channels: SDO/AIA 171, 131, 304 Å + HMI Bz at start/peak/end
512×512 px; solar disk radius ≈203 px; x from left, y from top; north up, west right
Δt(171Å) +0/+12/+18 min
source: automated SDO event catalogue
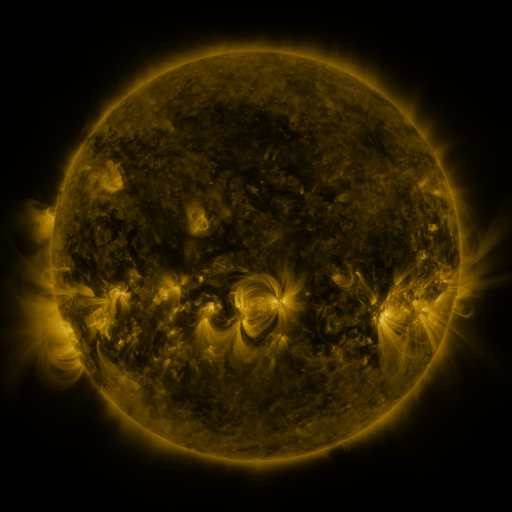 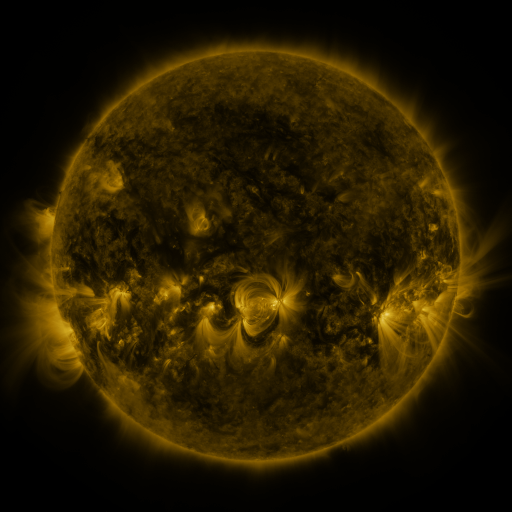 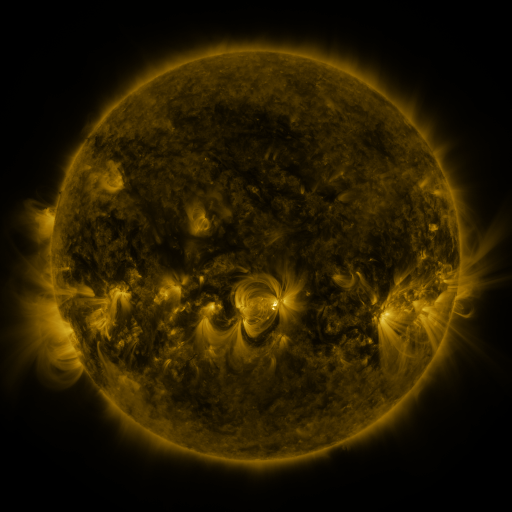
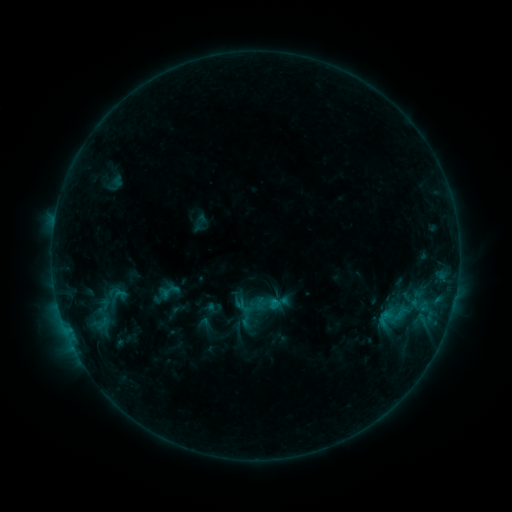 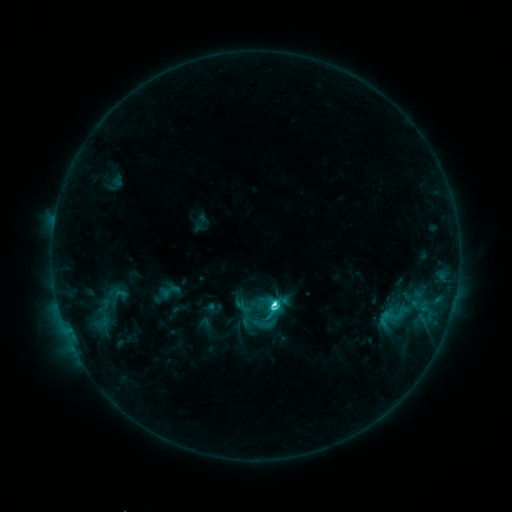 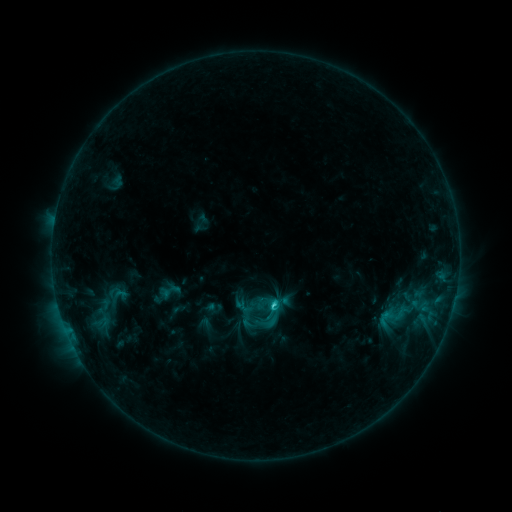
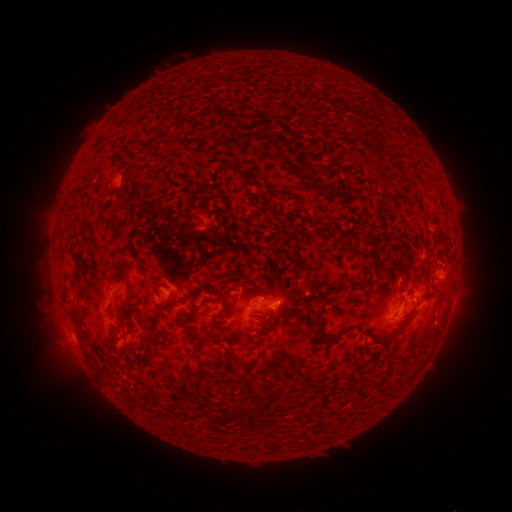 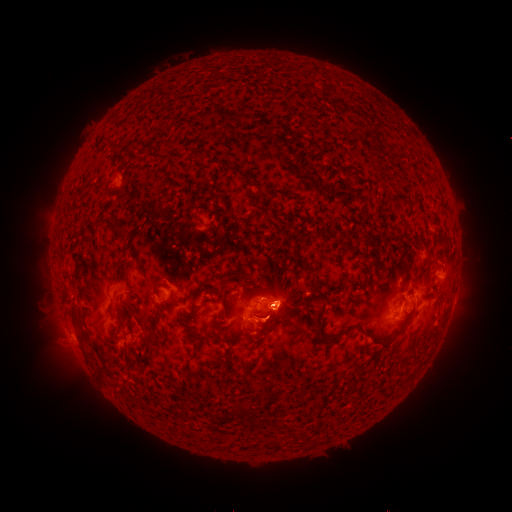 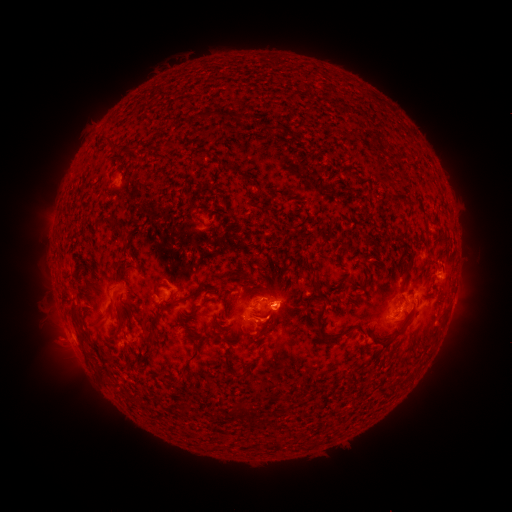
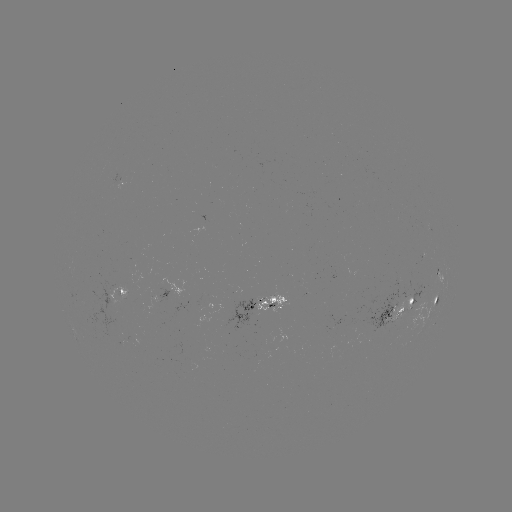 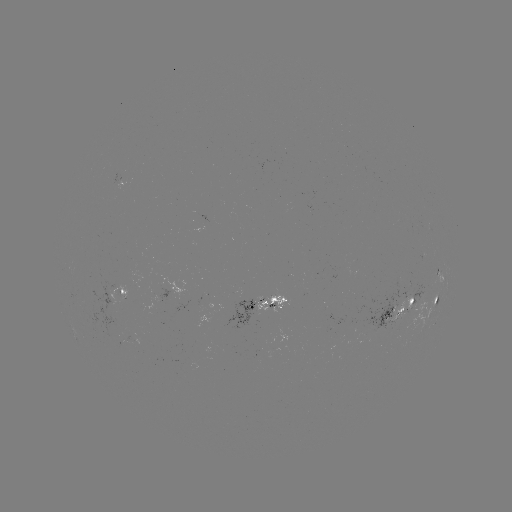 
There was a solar flare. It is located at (273, 302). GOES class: C5.1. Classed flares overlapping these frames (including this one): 1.